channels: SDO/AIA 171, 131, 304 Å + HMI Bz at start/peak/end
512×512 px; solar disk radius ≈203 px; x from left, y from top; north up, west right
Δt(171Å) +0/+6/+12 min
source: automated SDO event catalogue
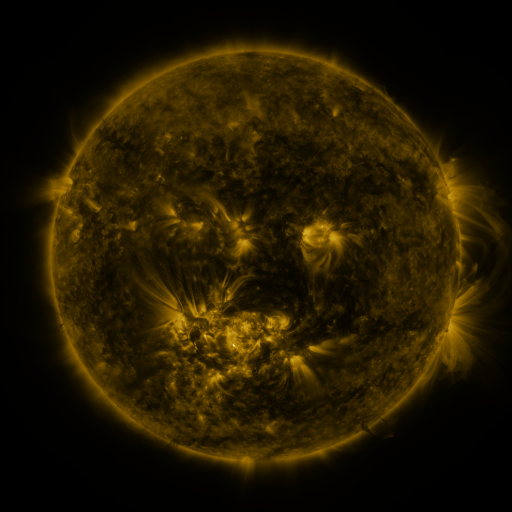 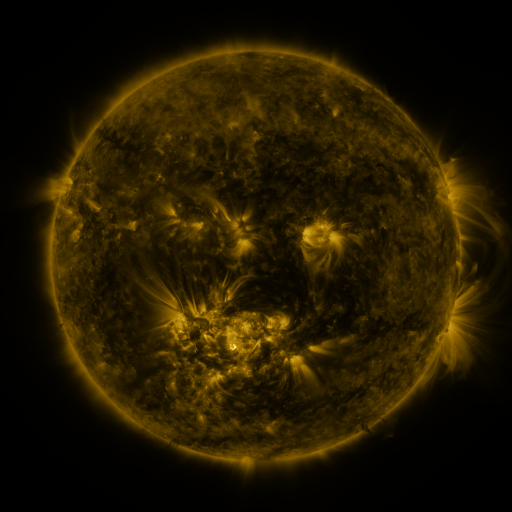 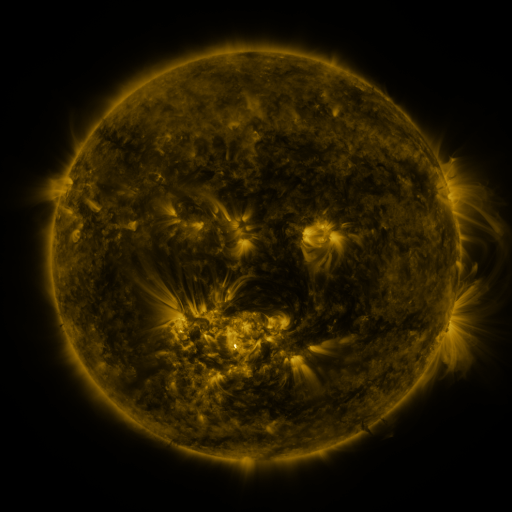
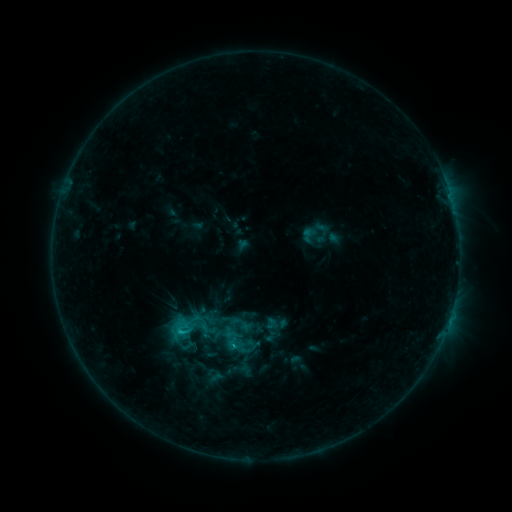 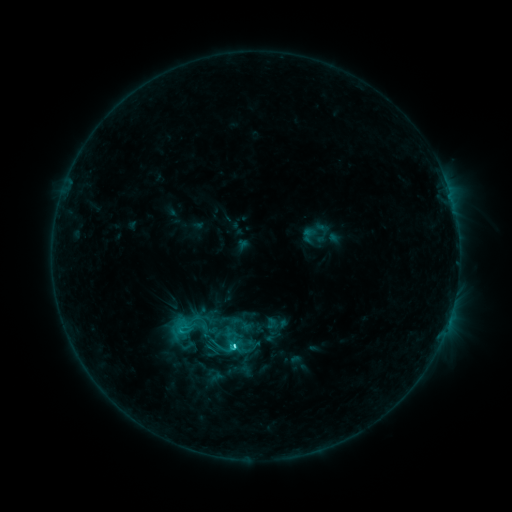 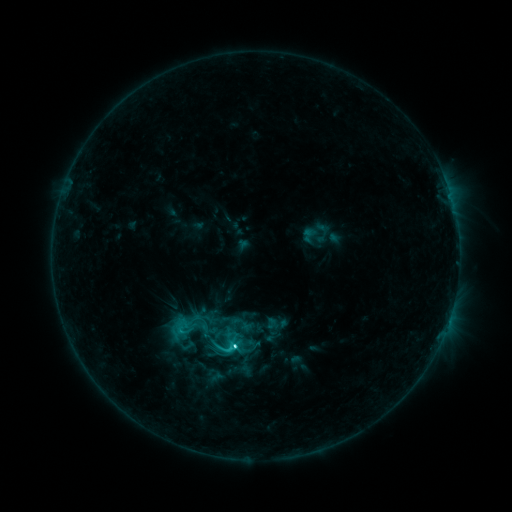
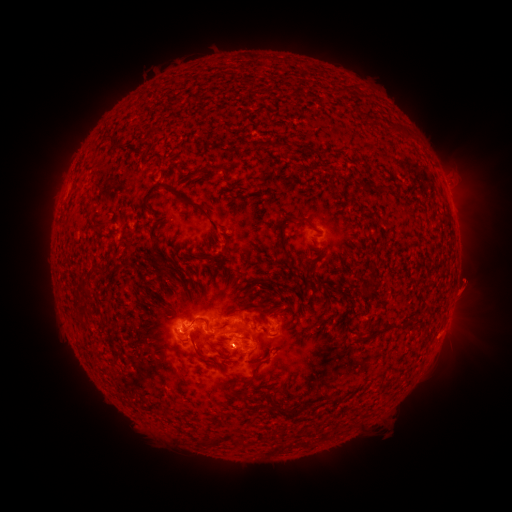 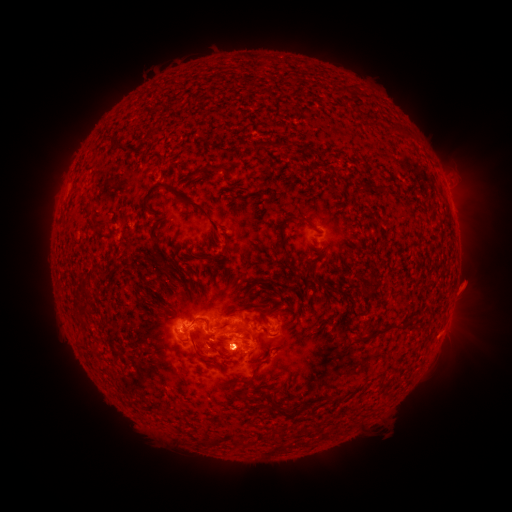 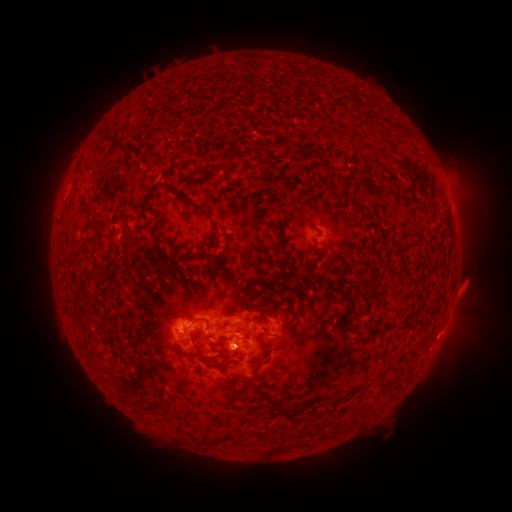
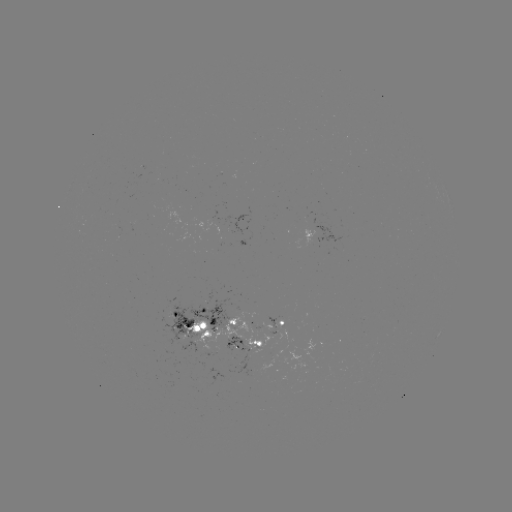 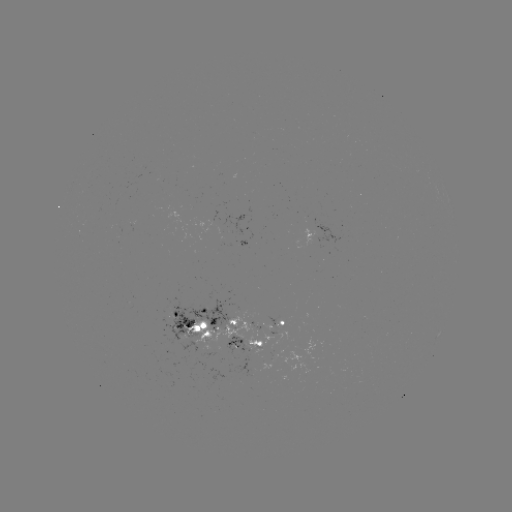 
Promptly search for C3.4 flare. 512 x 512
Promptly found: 236,345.